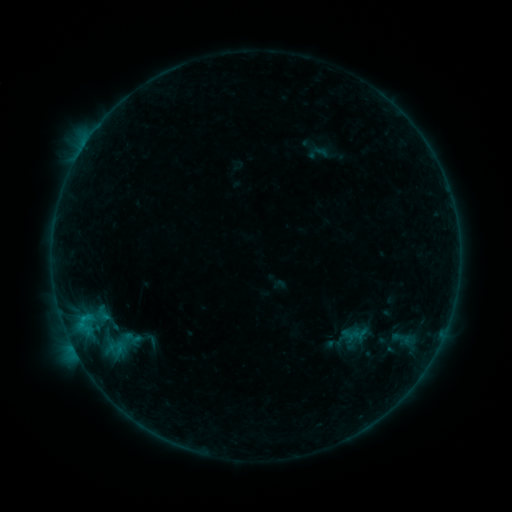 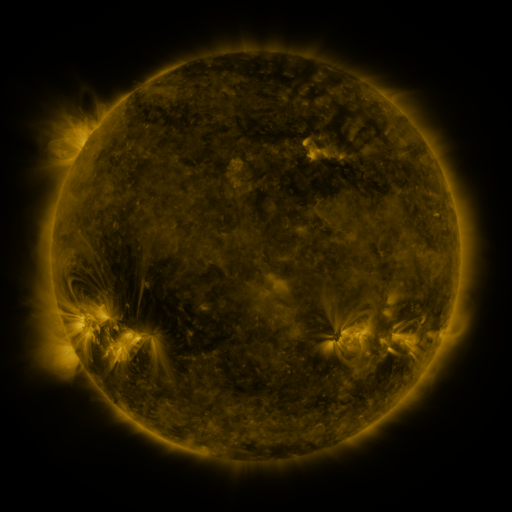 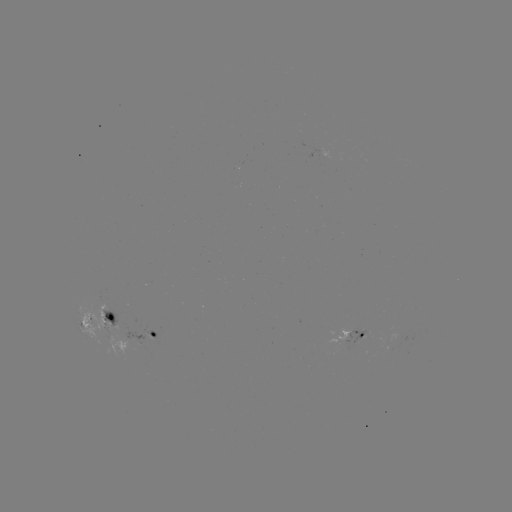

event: sigmoid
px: (131, 337)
